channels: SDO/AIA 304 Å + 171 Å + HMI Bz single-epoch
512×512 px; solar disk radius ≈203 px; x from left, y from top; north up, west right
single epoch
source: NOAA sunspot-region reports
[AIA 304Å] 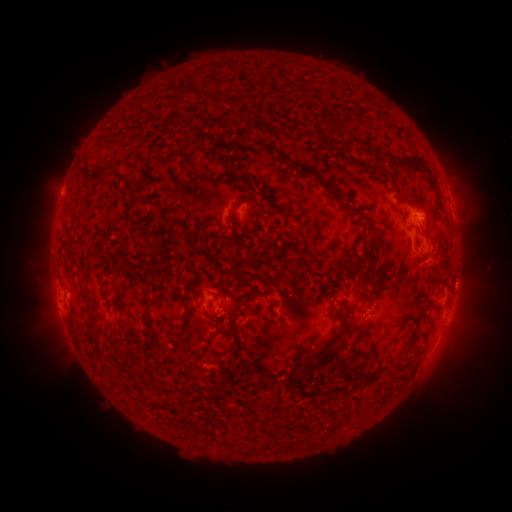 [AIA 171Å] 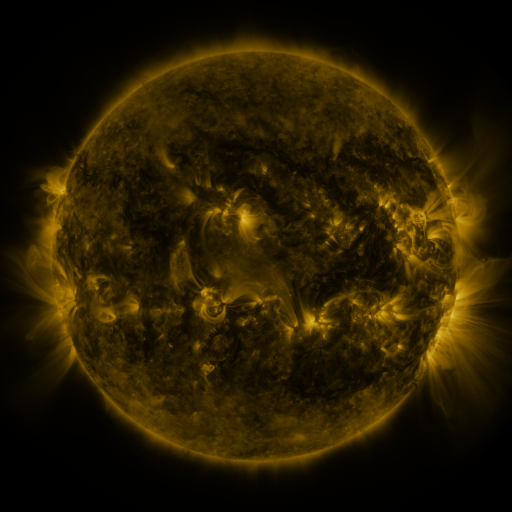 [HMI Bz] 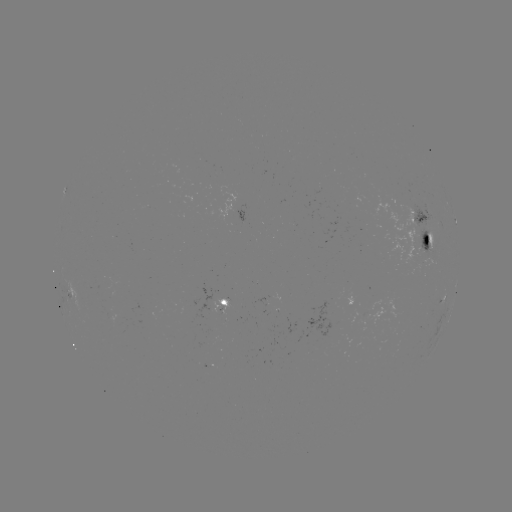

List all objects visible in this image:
spotted active region: (455, 221)
spotted active region: (423, 234)
spotted active region: (228, 311)
spotted active region: (449, 316)
